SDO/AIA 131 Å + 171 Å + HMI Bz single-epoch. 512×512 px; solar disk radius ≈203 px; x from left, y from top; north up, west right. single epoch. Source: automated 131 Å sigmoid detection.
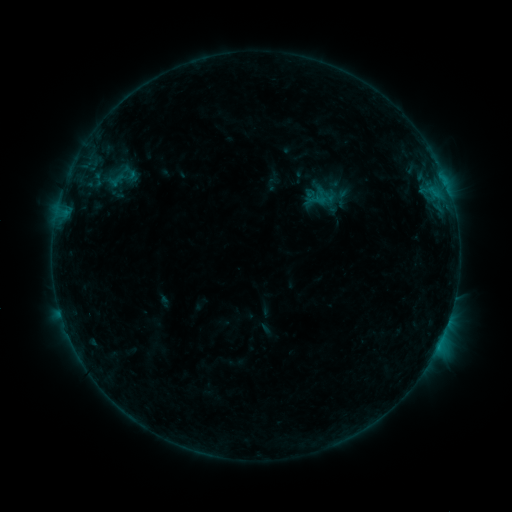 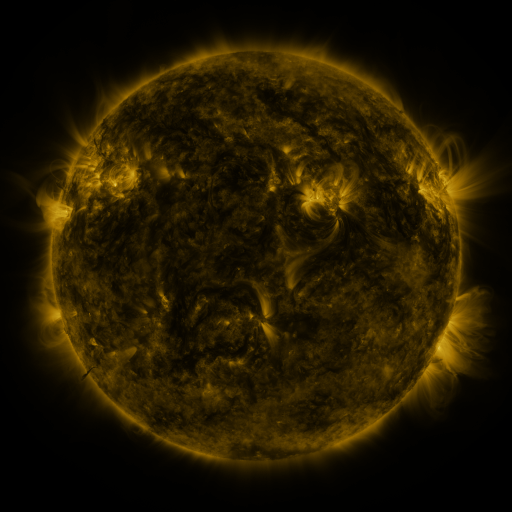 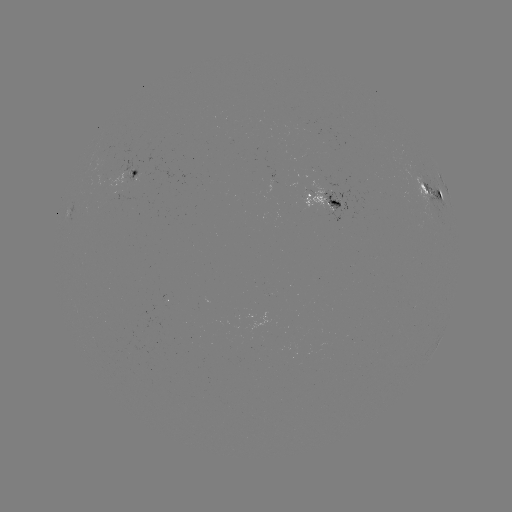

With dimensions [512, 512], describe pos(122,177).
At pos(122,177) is sigmoid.